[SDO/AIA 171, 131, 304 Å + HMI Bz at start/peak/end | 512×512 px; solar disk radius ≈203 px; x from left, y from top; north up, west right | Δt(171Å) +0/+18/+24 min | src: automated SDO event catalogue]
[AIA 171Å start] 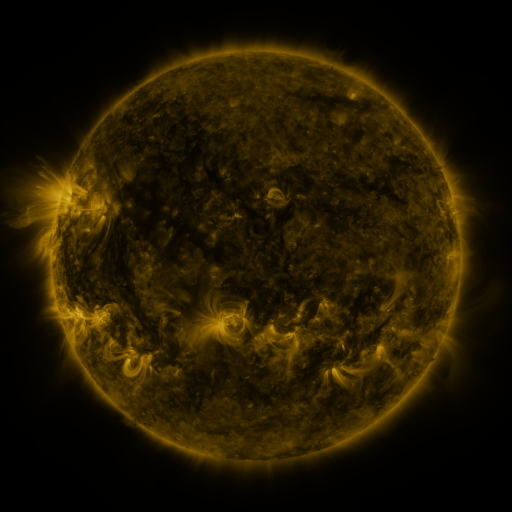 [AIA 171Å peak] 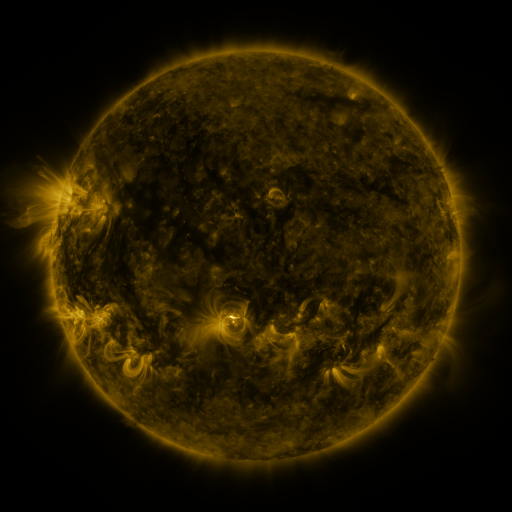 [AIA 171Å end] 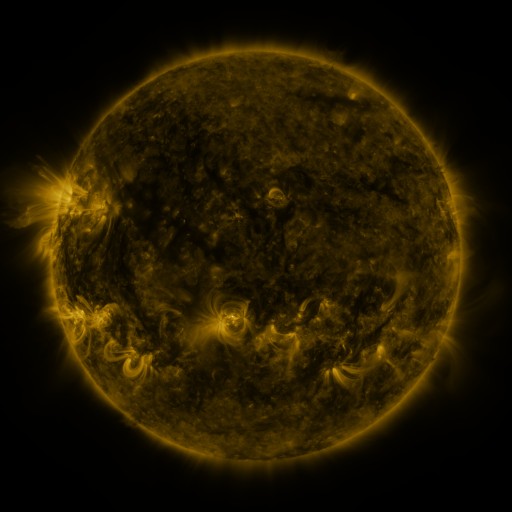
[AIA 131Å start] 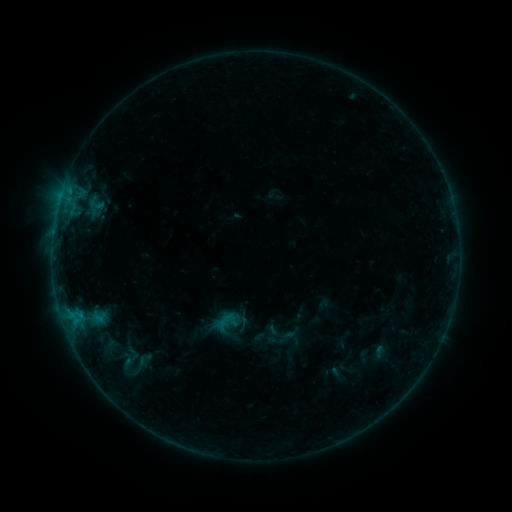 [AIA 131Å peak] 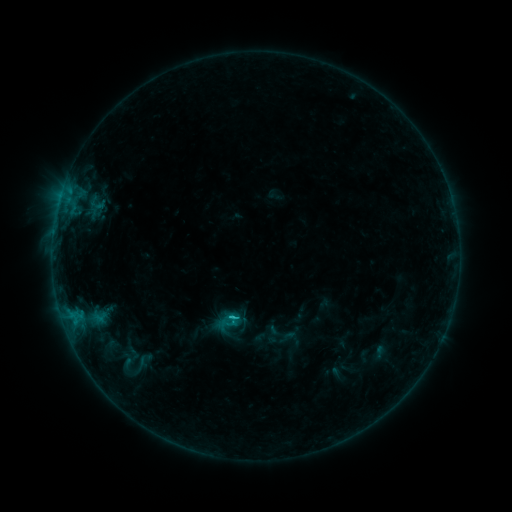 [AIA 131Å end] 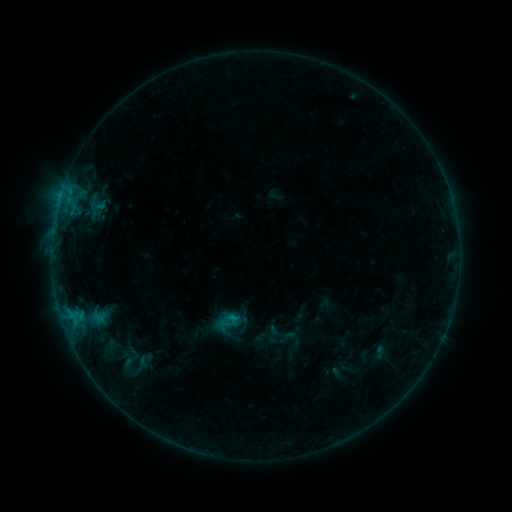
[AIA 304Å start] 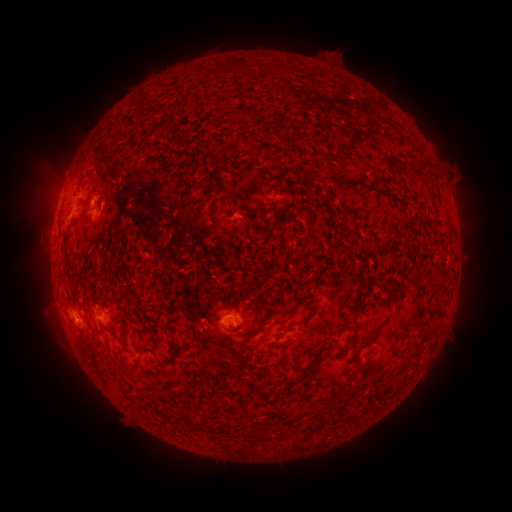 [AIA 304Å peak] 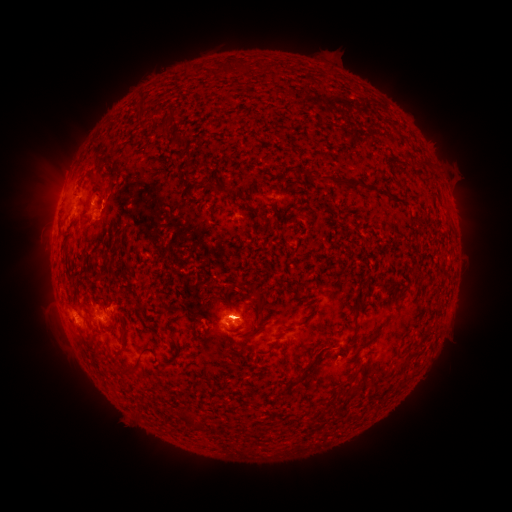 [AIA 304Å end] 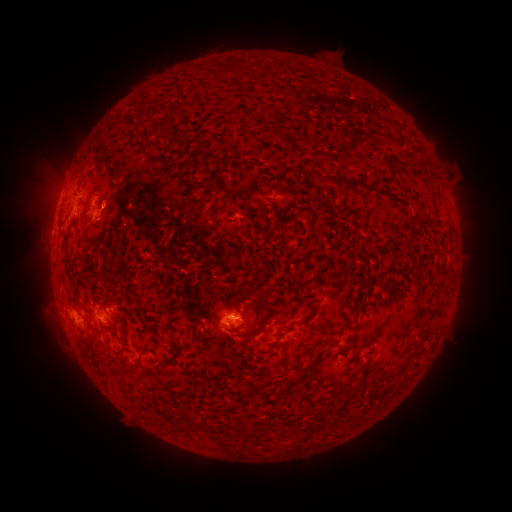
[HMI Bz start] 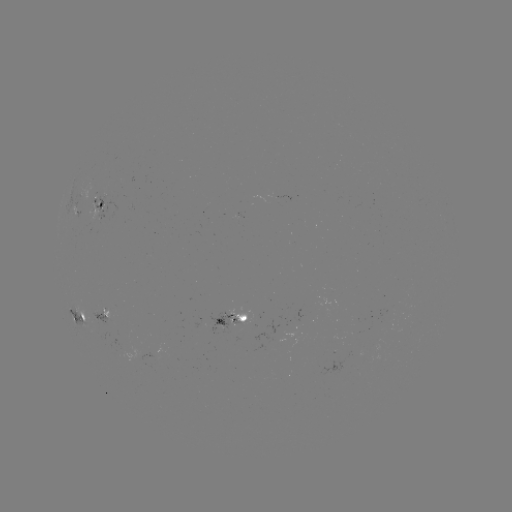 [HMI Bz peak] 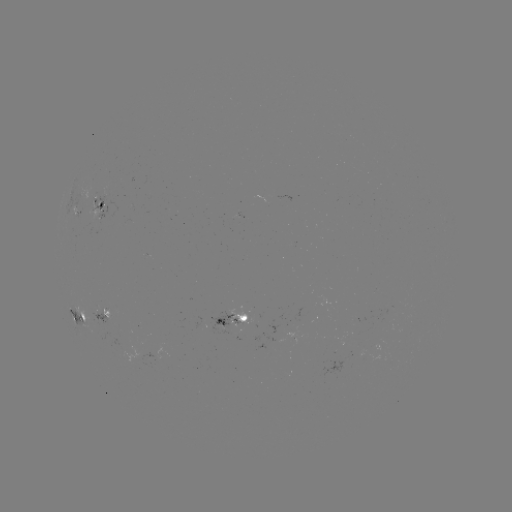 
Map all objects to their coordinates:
B8.8 flare: (235, 317)
